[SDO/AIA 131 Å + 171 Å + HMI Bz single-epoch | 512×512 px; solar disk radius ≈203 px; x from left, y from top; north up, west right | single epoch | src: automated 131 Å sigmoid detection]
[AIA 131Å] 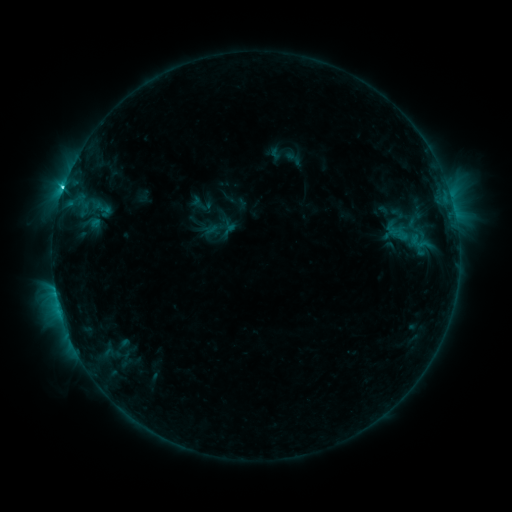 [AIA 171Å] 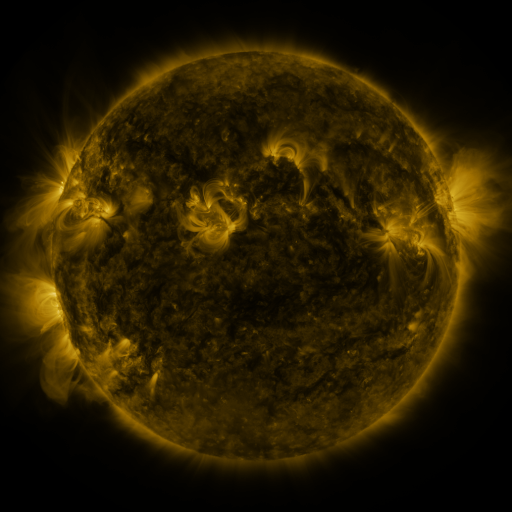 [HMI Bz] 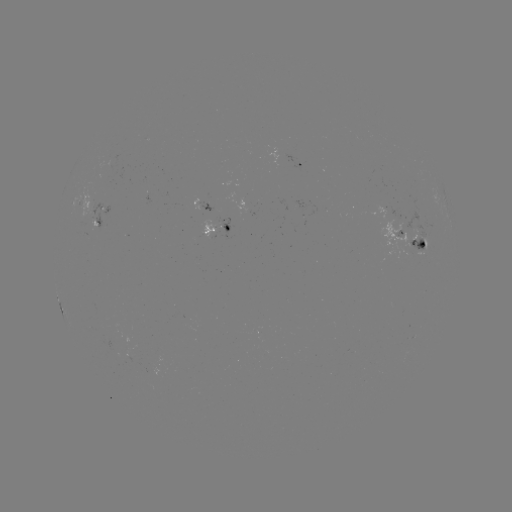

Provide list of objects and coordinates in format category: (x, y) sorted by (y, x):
sigmoid: (293, 159)
sigmoid: (408, 237)
